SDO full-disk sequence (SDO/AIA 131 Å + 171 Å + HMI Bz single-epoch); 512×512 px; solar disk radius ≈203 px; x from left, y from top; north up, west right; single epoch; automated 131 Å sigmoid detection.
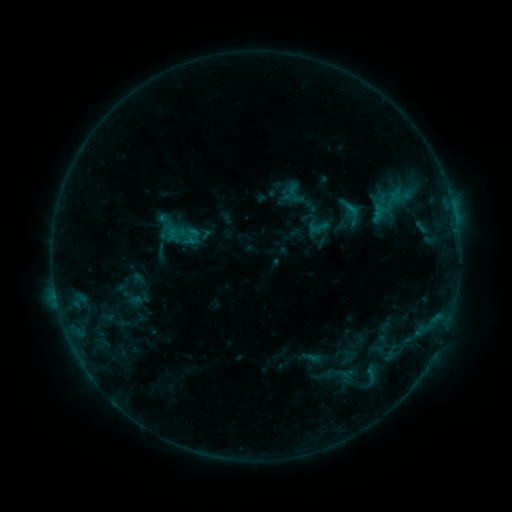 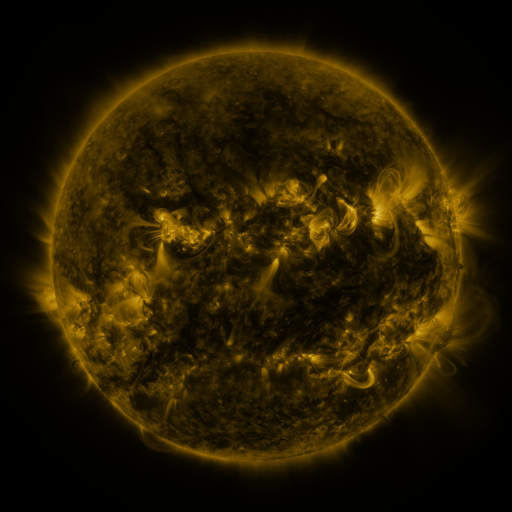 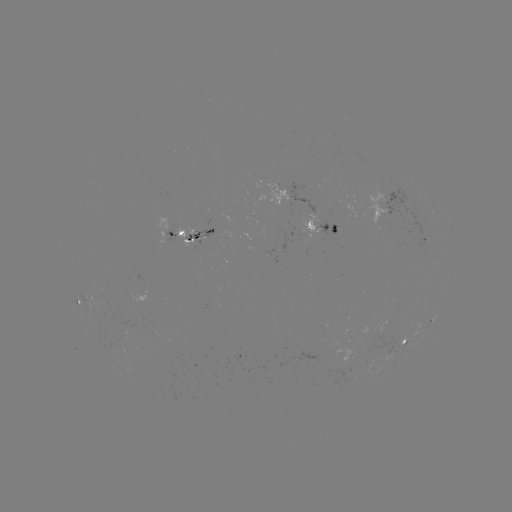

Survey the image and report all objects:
sigmoid: (306, 216, 330, 238)
